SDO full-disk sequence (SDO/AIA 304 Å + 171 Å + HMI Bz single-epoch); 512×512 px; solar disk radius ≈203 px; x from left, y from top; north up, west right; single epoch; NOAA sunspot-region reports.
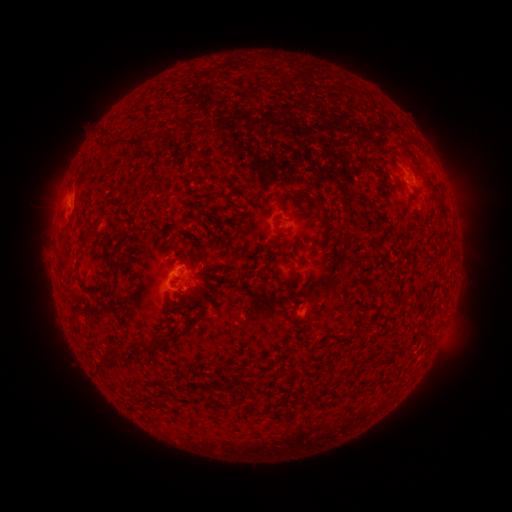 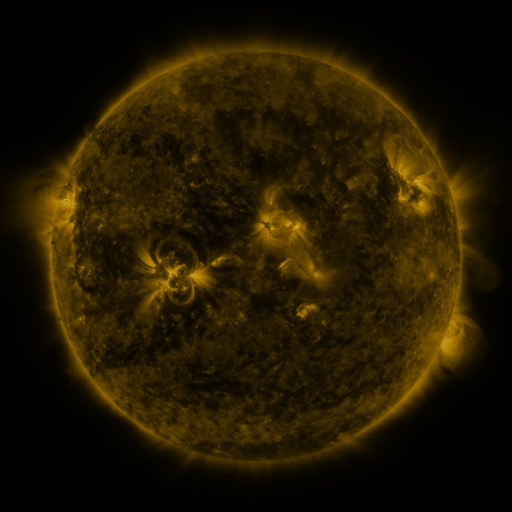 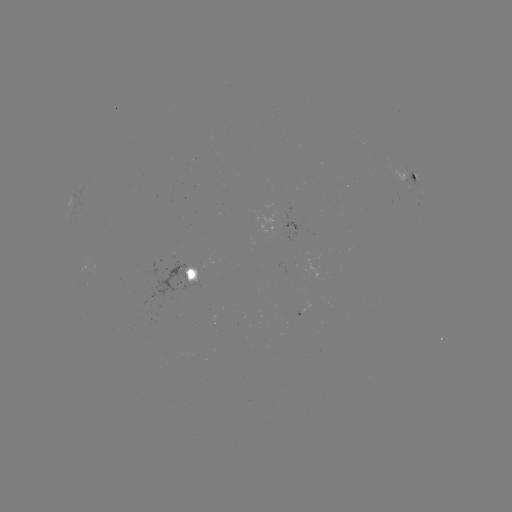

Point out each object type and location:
spotted active region: (411, 178)
spotted active region: (190, 273)
